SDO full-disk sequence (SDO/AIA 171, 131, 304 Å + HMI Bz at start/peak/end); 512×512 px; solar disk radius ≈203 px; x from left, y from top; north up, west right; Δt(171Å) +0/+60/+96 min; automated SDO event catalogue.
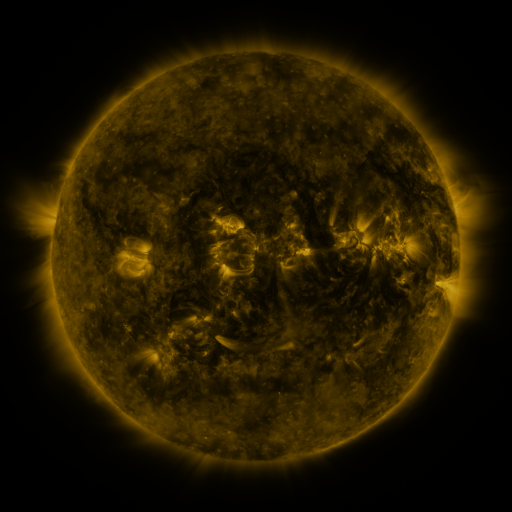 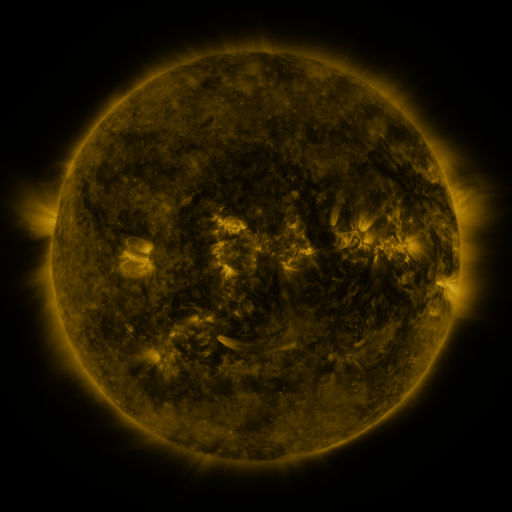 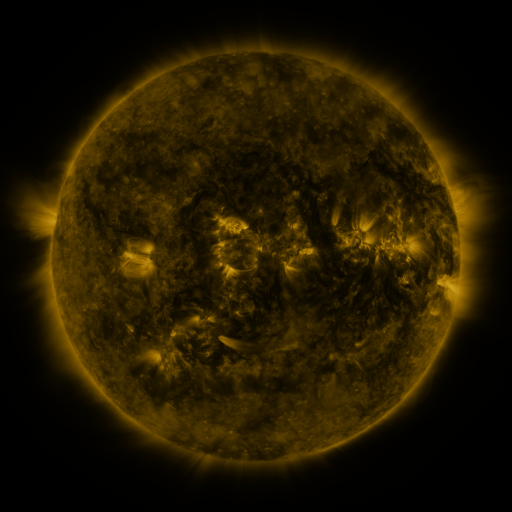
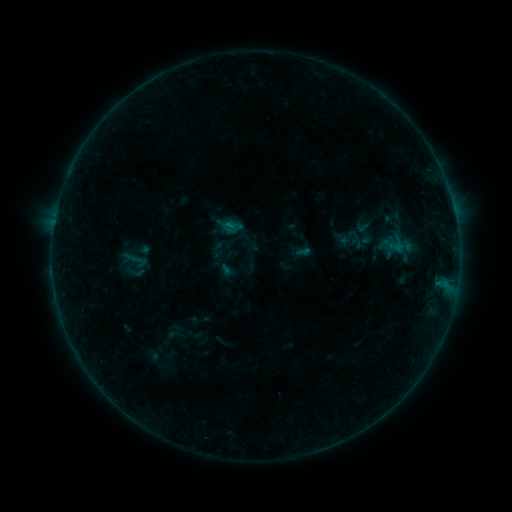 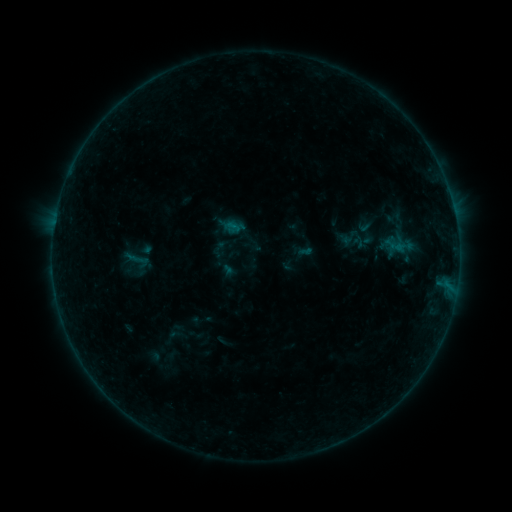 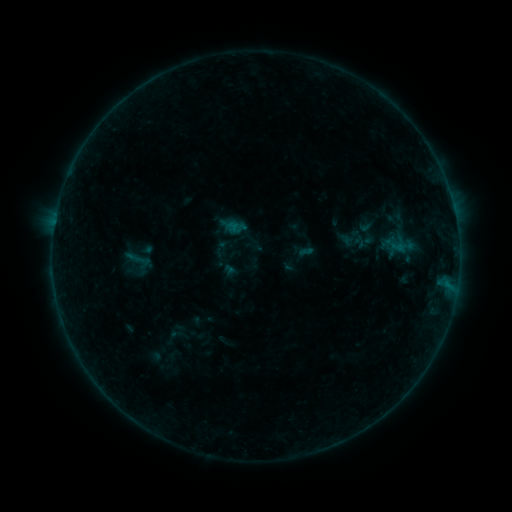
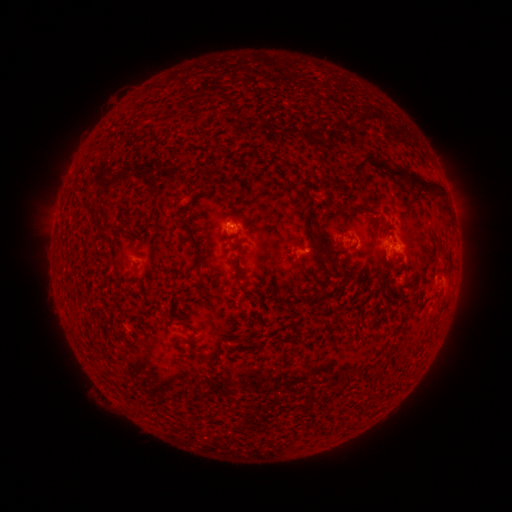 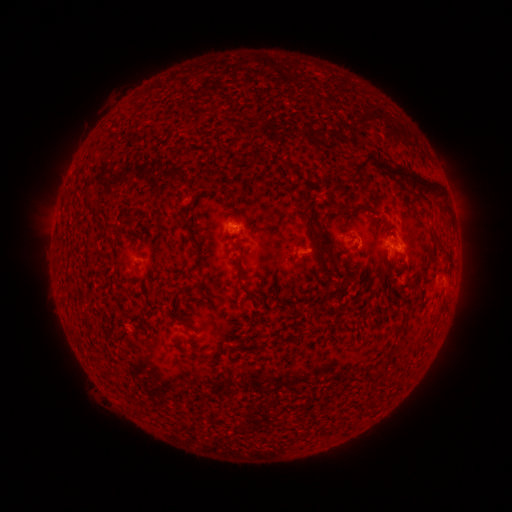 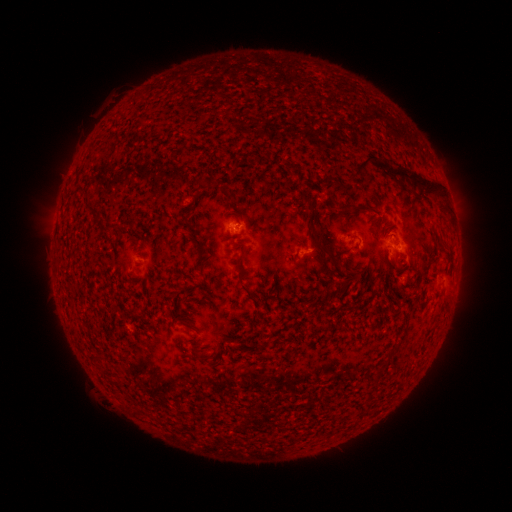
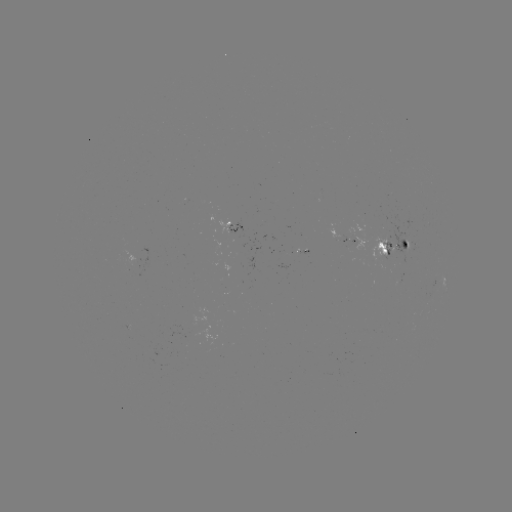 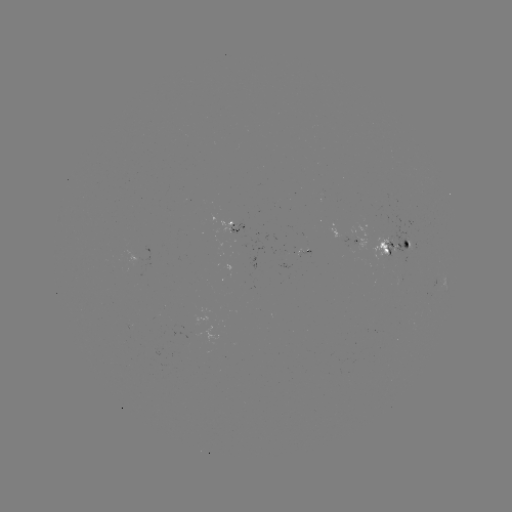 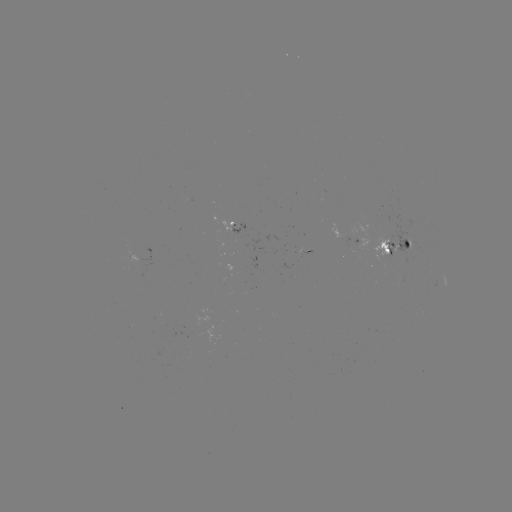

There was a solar emerging-flux region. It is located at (399, 279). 